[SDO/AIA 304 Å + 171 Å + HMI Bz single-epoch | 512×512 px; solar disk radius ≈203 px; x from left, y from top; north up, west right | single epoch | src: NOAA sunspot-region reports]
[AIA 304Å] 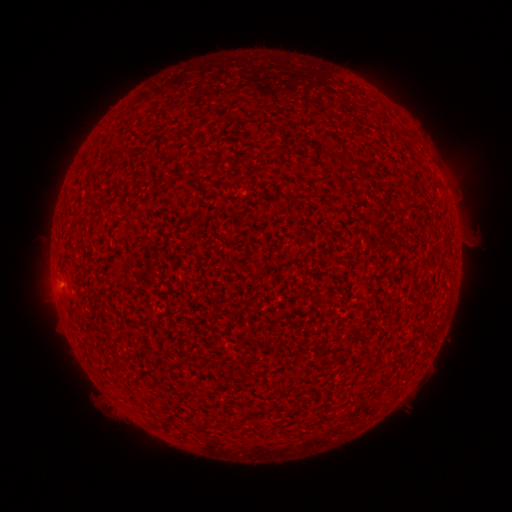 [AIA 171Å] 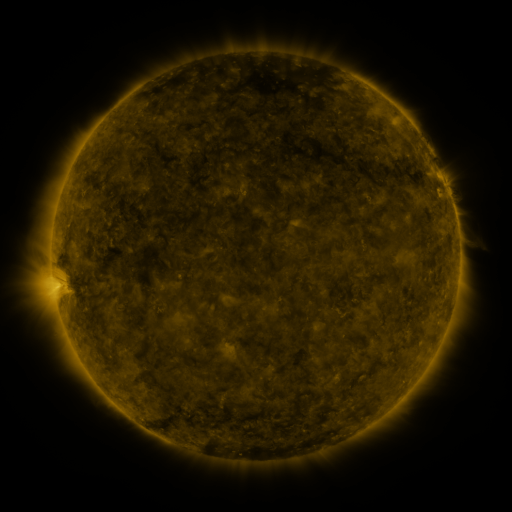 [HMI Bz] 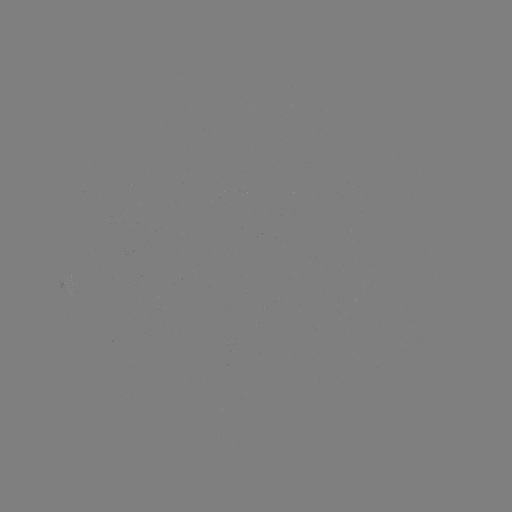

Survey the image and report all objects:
(none)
